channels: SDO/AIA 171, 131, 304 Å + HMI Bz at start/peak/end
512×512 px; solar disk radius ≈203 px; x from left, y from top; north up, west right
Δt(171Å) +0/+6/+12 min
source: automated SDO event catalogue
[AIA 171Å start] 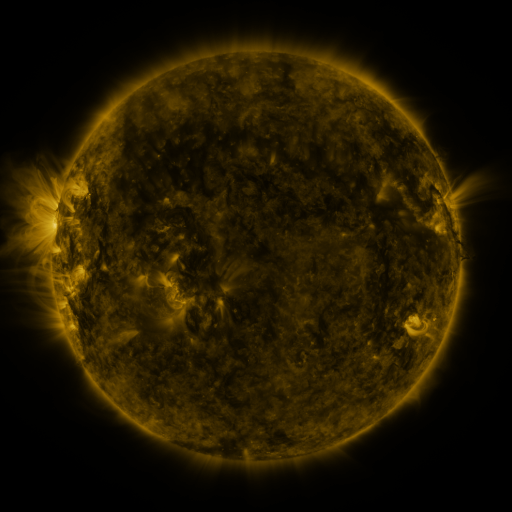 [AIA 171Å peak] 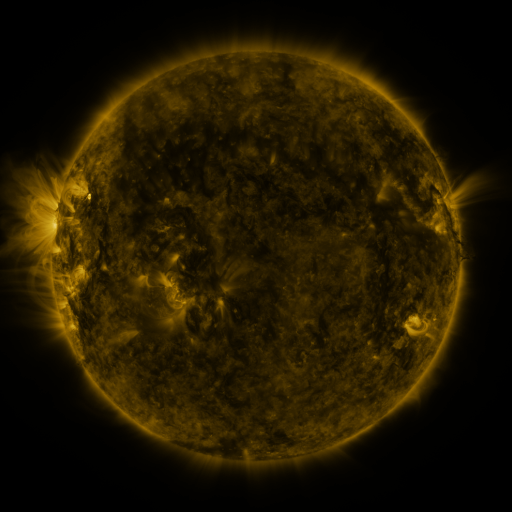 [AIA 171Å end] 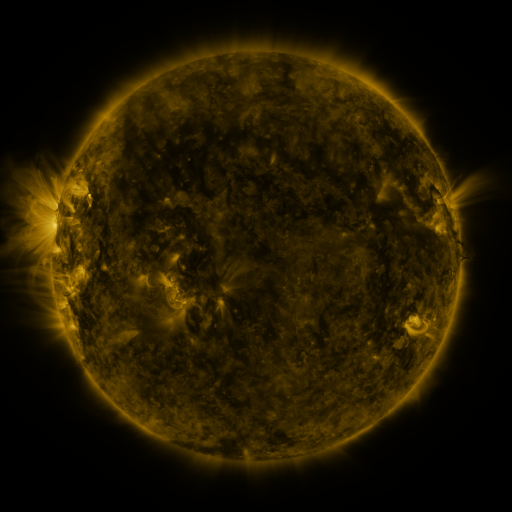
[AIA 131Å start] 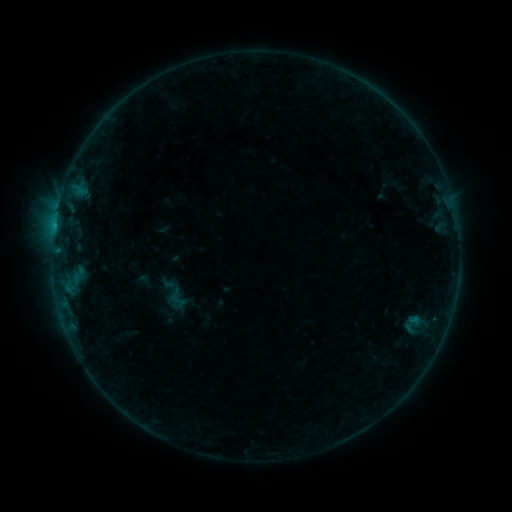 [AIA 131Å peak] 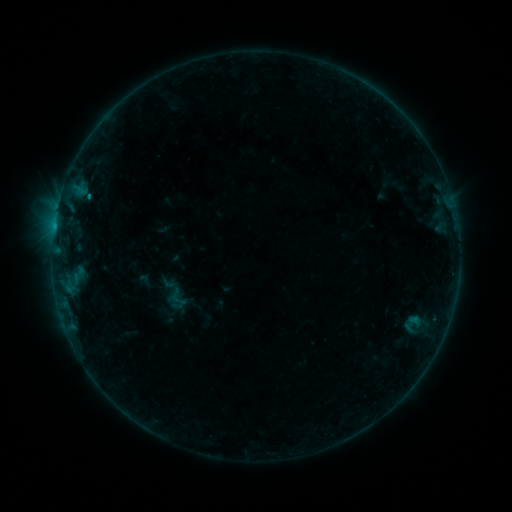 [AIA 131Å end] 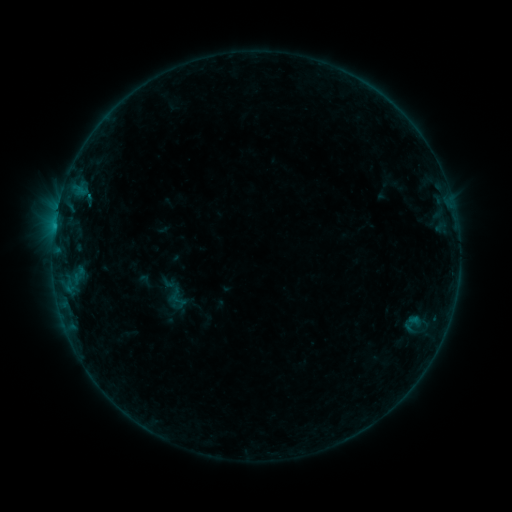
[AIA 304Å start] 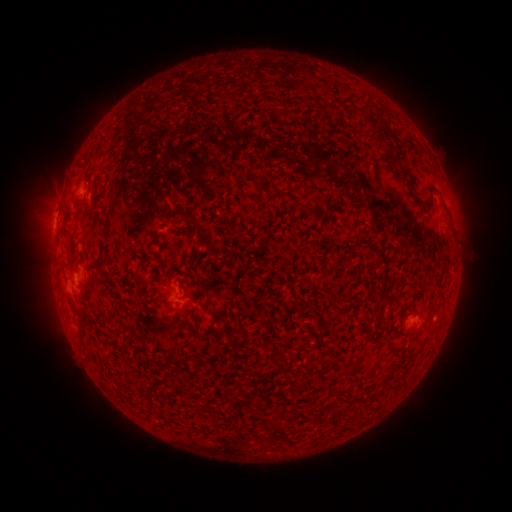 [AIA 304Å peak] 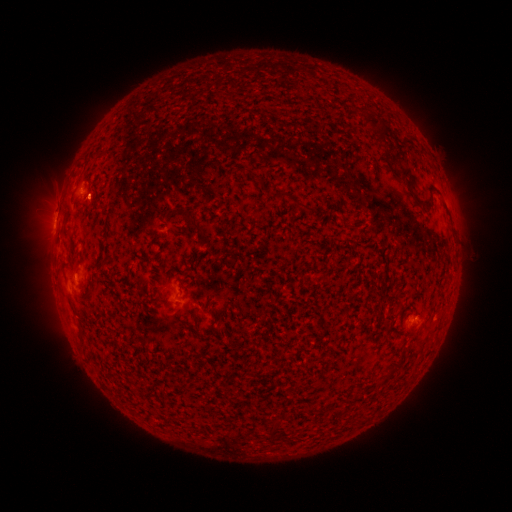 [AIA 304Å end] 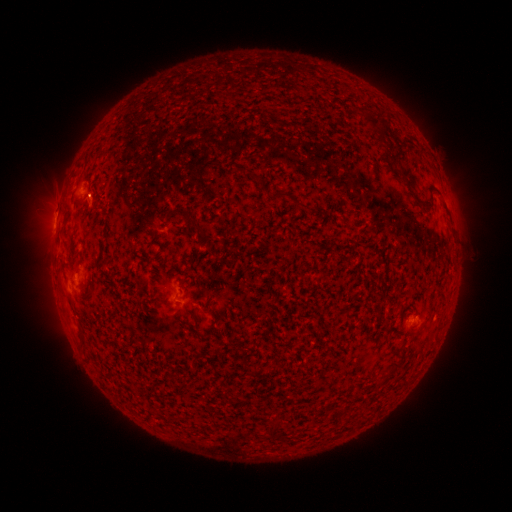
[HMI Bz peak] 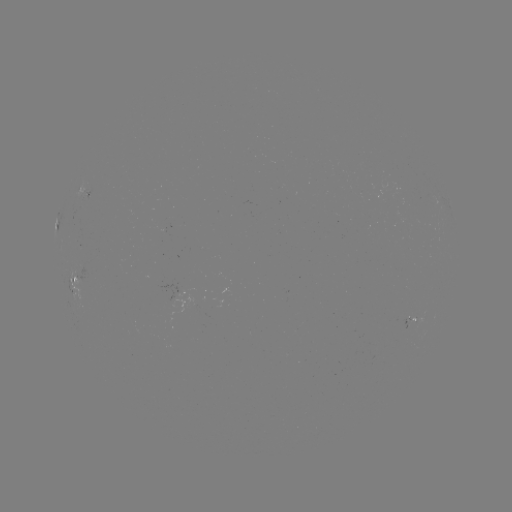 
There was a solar eruption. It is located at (97, 210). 